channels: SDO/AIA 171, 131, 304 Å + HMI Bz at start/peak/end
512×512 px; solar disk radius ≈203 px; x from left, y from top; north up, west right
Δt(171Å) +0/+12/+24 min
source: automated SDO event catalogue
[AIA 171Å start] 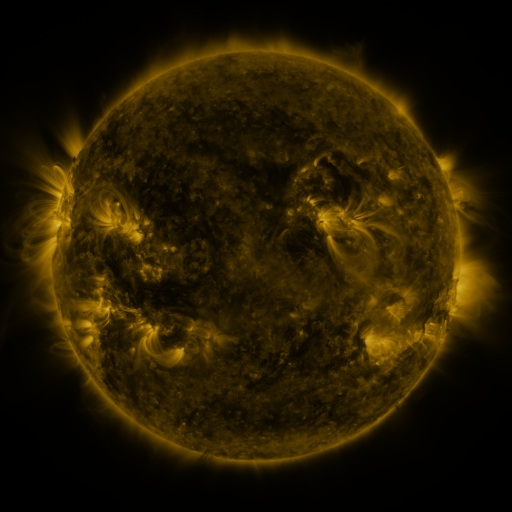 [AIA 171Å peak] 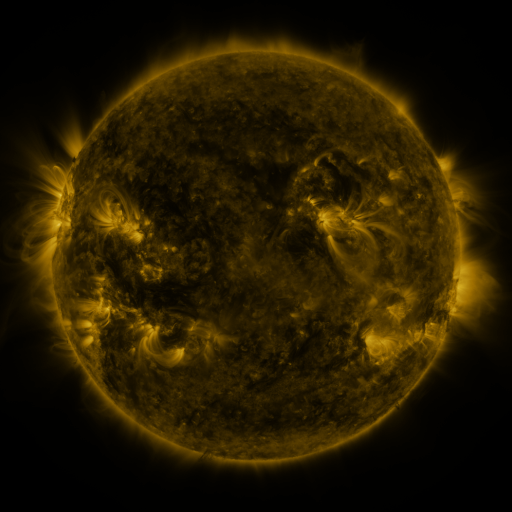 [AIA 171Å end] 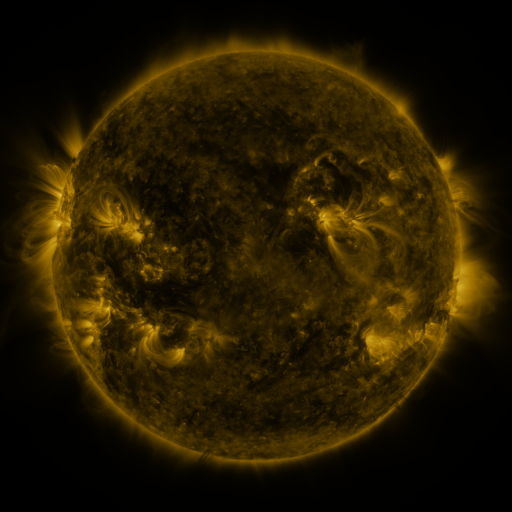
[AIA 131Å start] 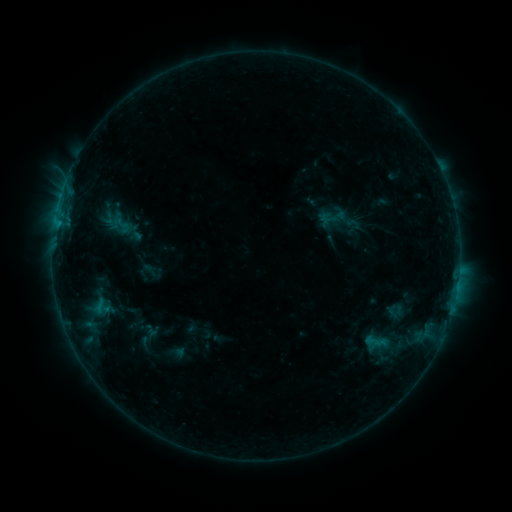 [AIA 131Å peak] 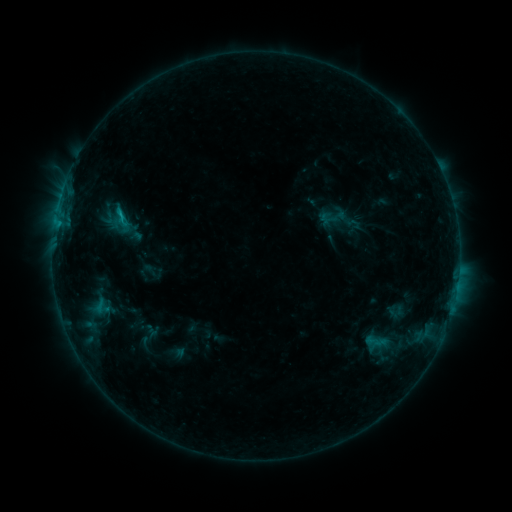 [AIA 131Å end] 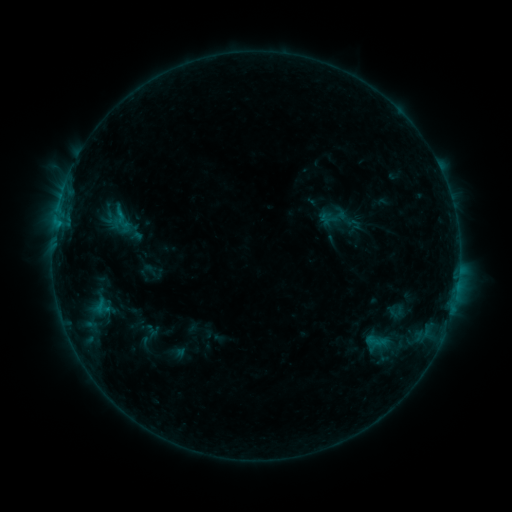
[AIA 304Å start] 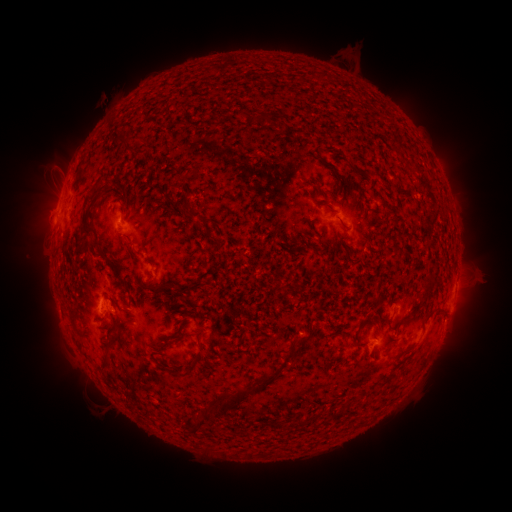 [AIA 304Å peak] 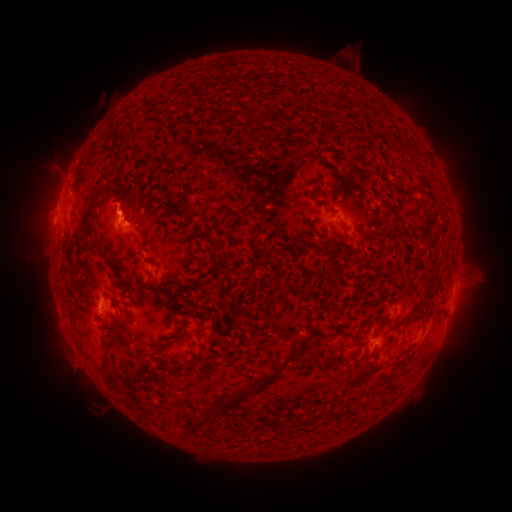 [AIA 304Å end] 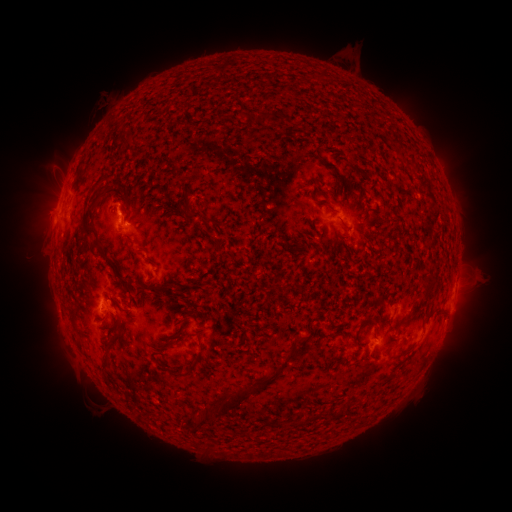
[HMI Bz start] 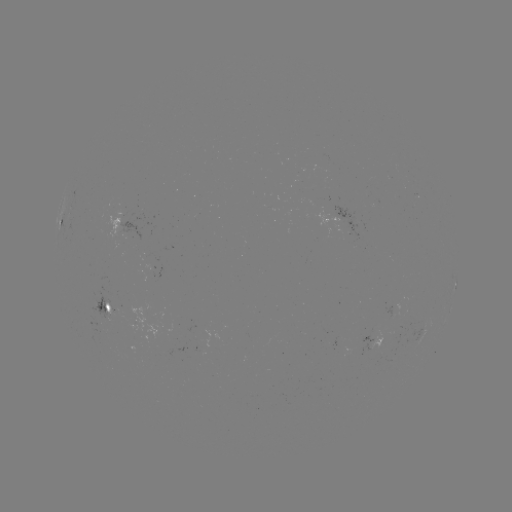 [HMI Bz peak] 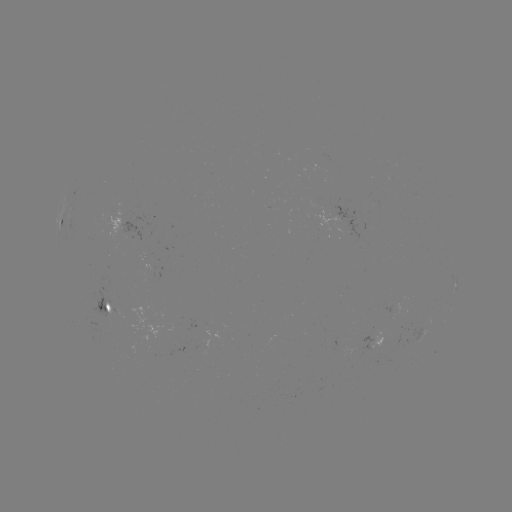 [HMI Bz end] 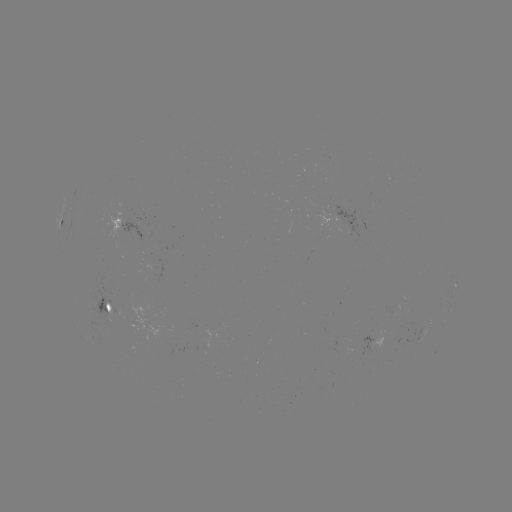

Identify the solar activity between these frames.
B7.7 flare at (122, 217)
